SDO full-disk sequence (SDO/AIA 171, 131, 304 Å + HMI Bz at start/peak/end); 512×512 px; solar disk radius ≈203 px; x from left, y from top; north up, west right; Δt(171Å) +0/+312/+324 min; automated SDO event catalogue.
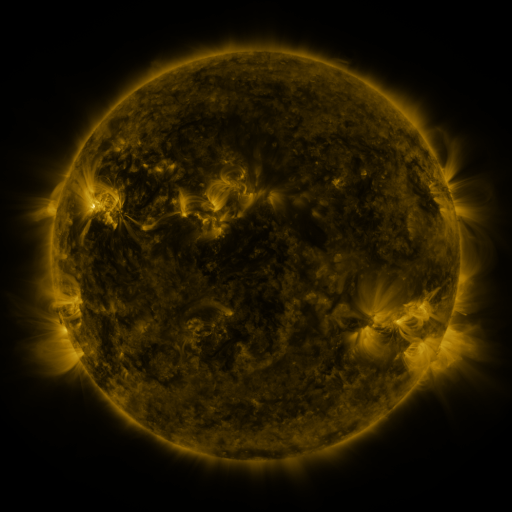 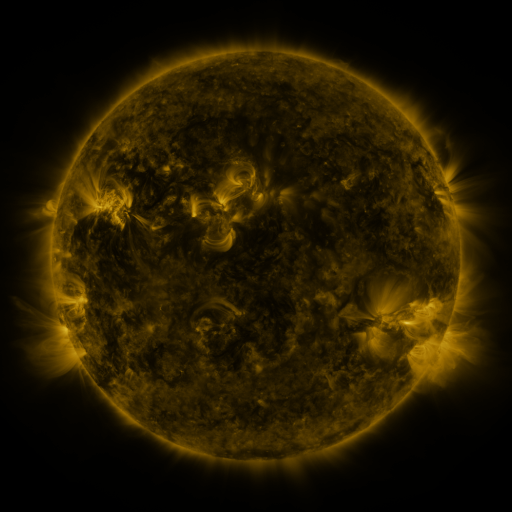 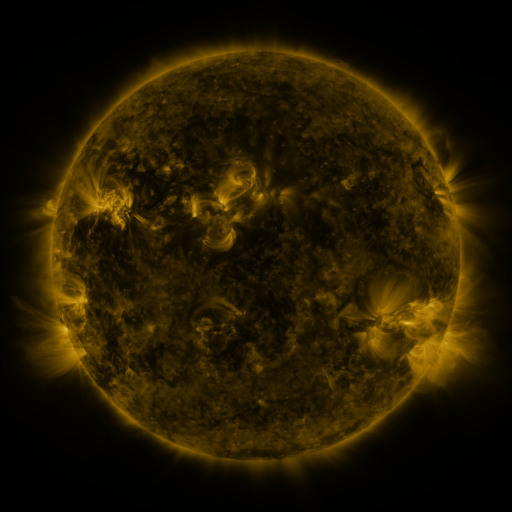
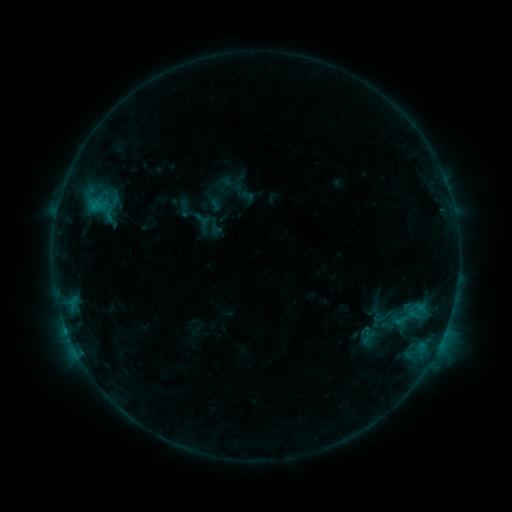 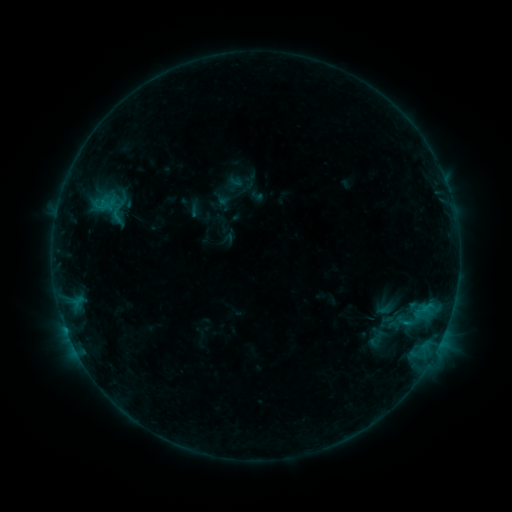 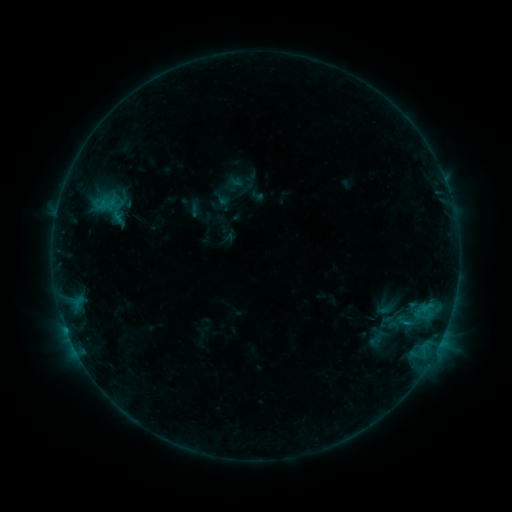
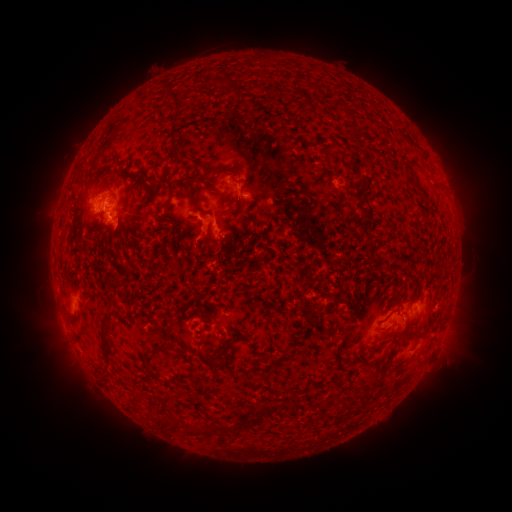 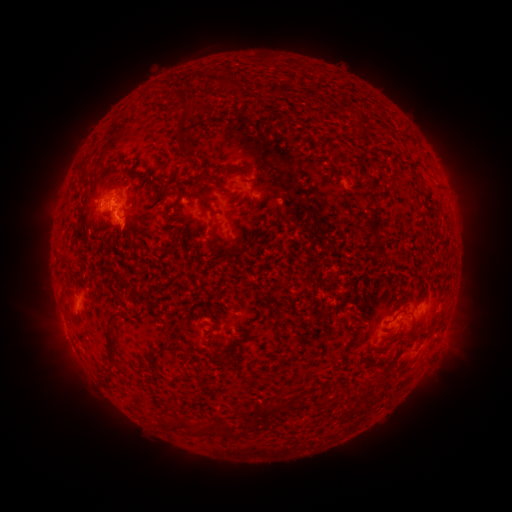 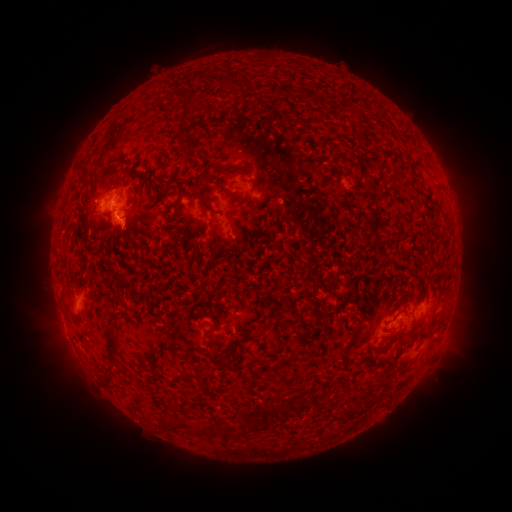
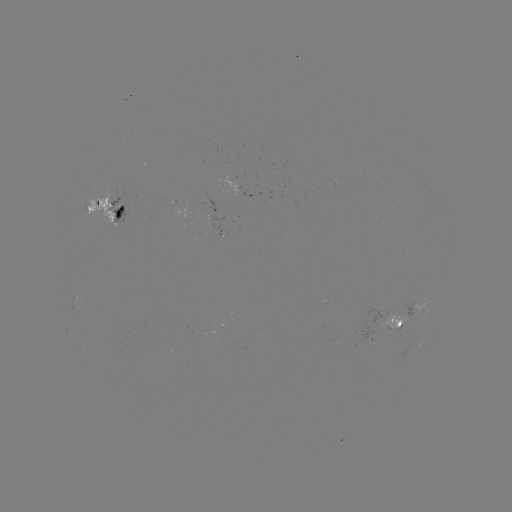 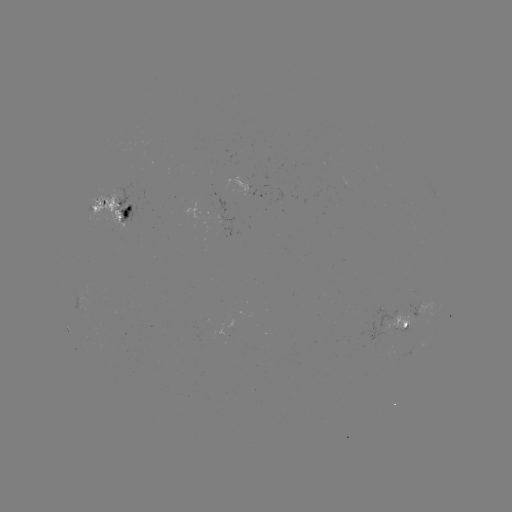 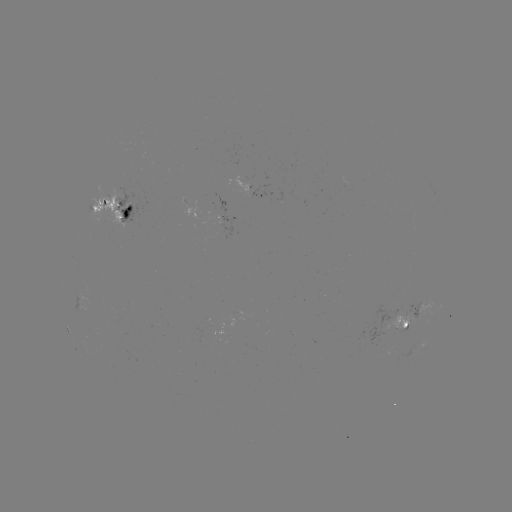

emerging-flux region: [385, 308, 413, 331]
